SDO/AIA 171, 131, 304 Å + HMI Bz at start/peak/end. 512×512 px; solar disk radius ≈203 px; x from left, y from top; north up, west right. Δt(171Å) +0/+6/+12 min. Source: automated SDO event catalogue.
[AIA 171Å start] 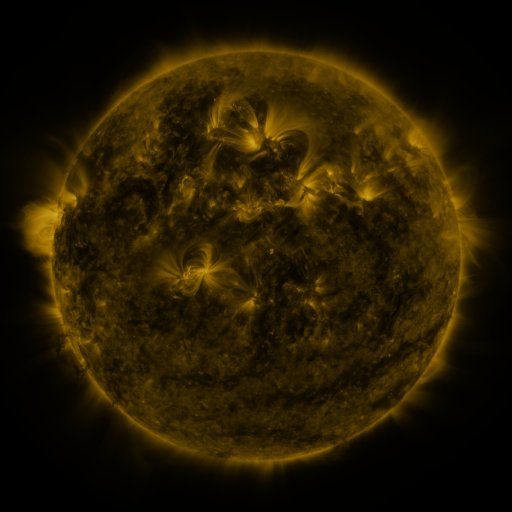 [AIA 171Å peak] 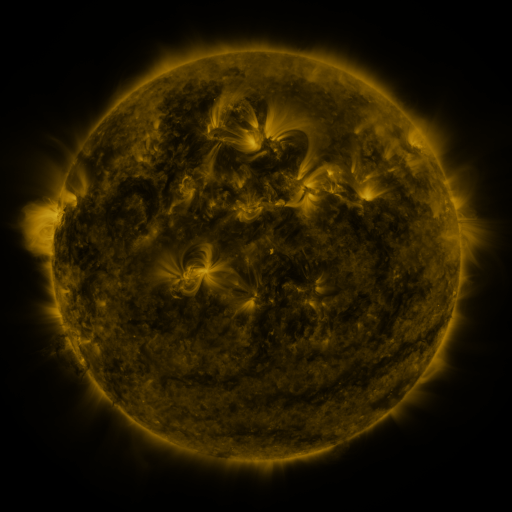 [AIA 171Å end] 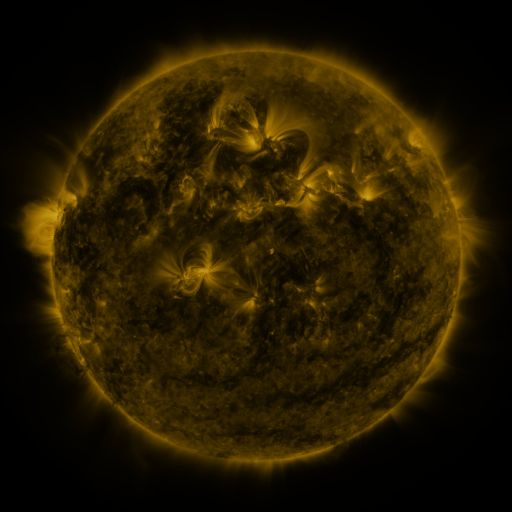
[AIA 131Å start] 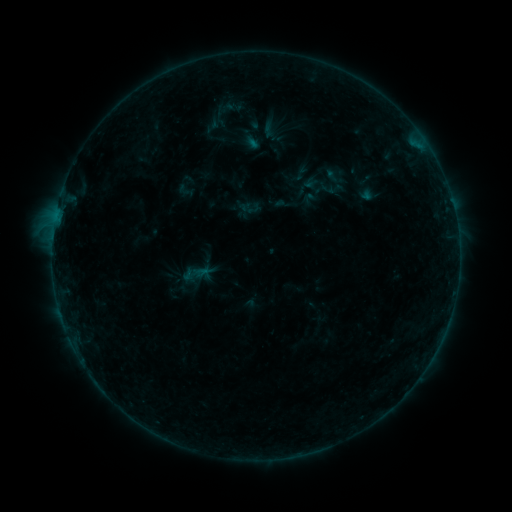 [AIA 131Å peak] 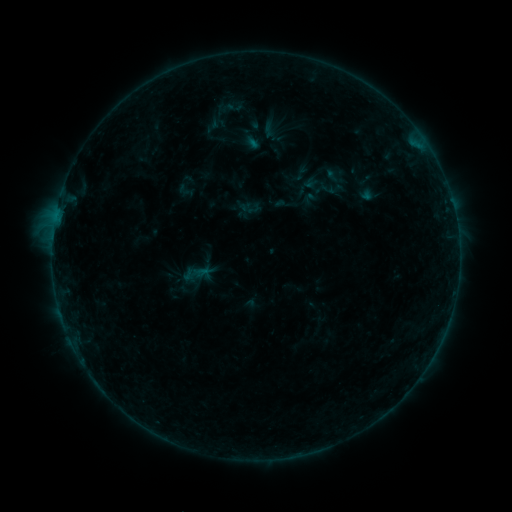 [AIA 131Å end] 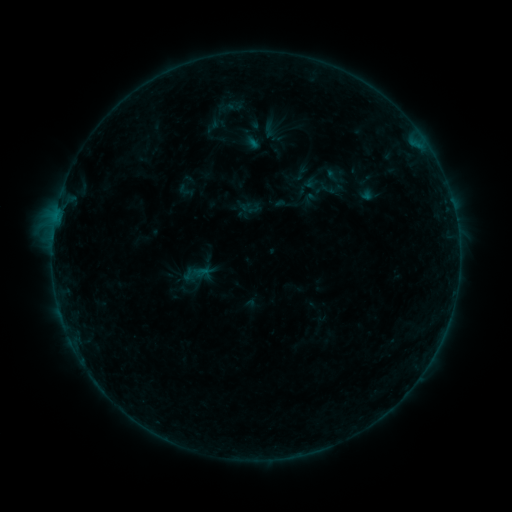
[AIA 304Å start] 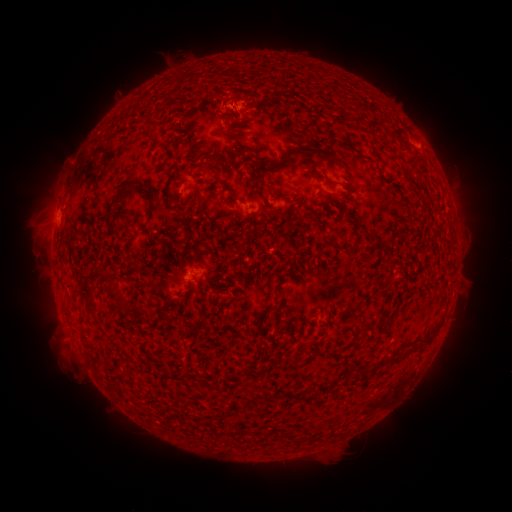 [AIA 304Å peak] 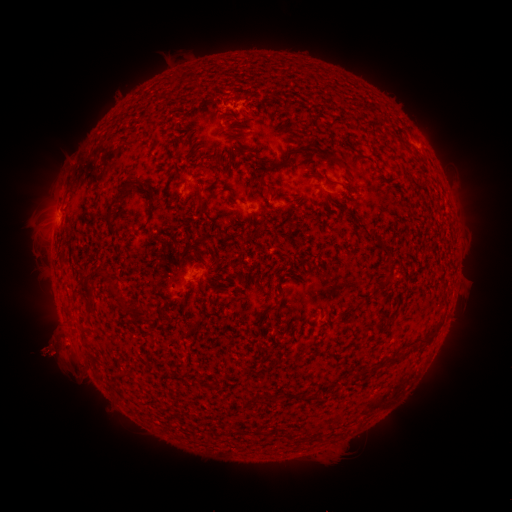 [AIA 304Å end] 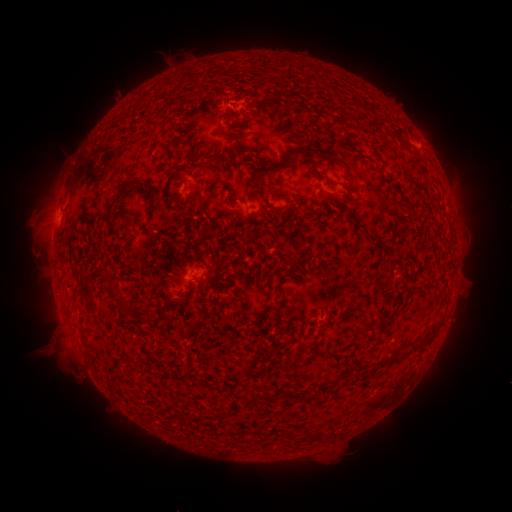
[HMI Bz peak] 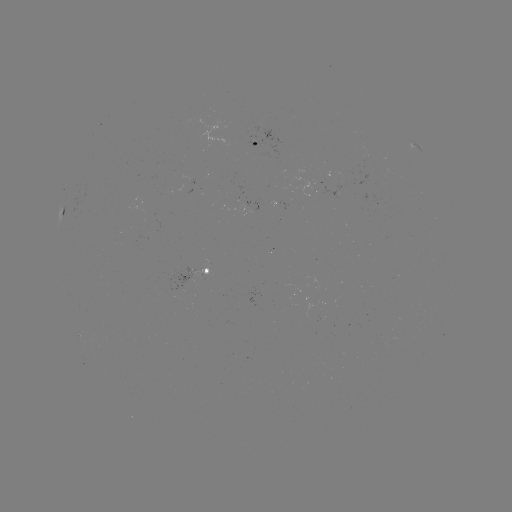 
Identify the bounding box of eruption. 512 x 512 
[26, 327, 79, 379].